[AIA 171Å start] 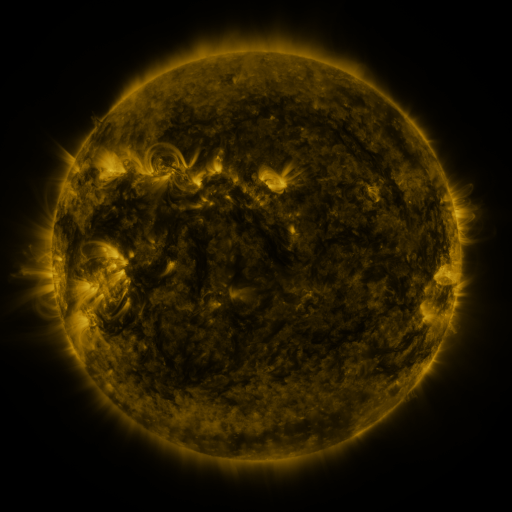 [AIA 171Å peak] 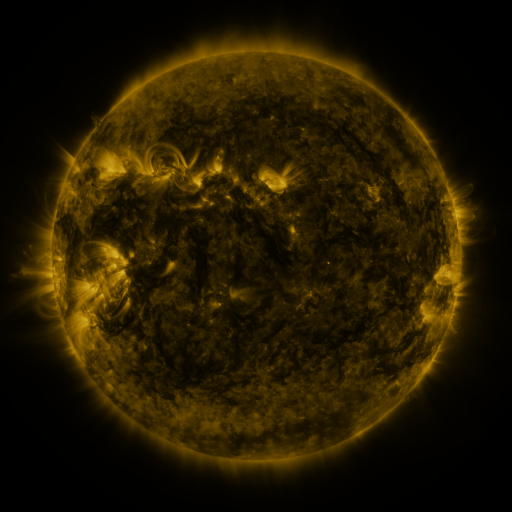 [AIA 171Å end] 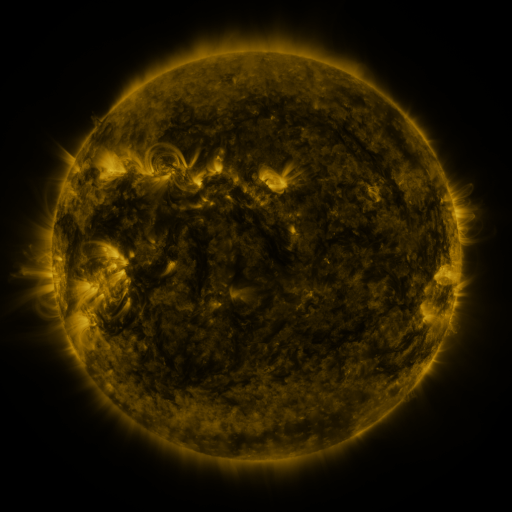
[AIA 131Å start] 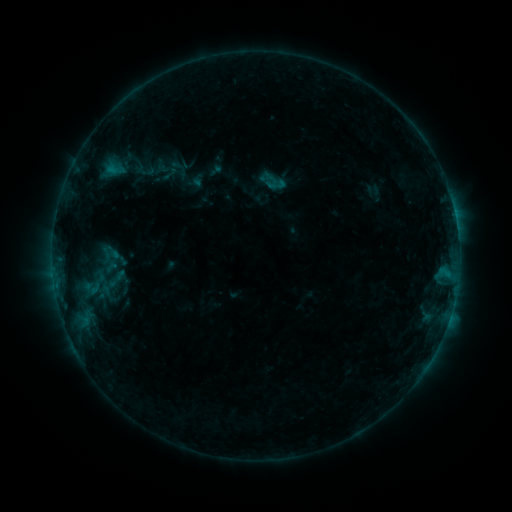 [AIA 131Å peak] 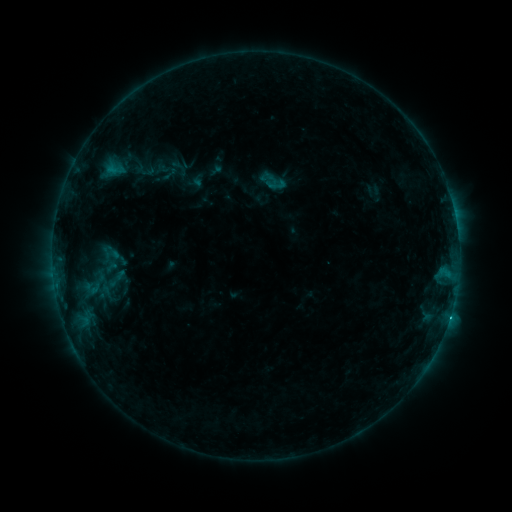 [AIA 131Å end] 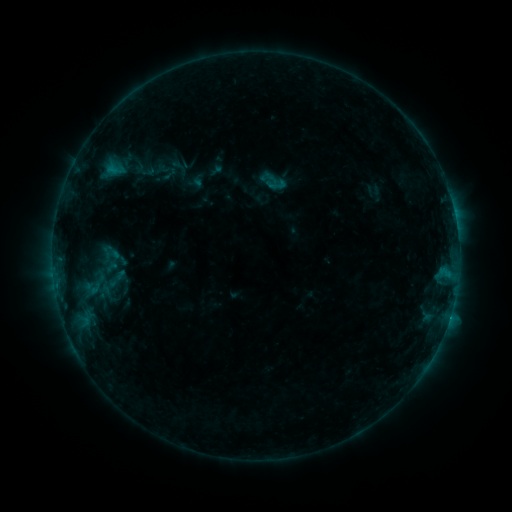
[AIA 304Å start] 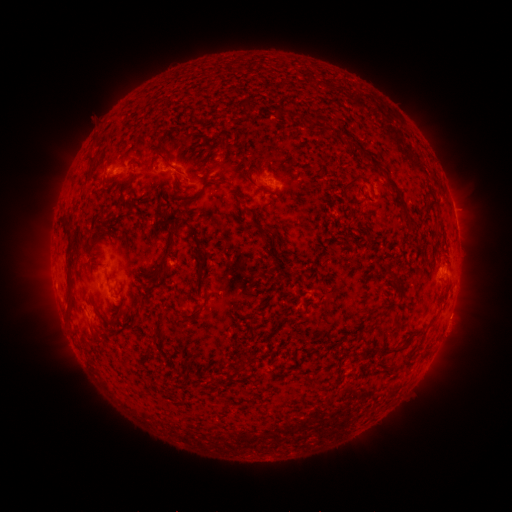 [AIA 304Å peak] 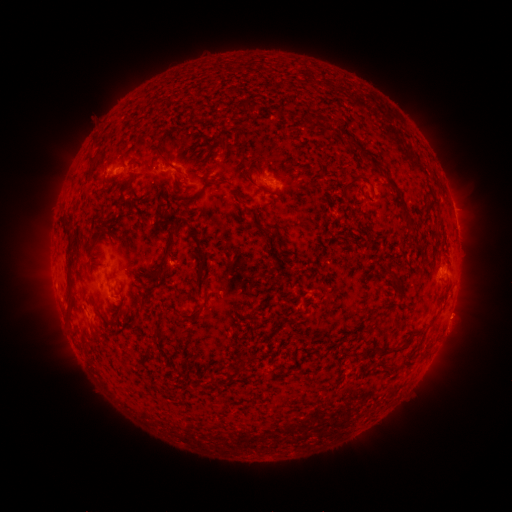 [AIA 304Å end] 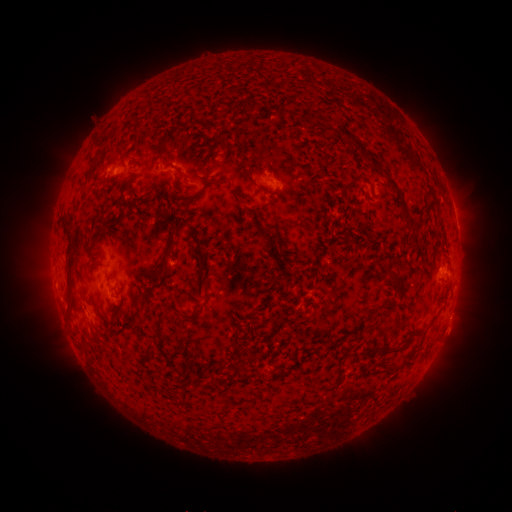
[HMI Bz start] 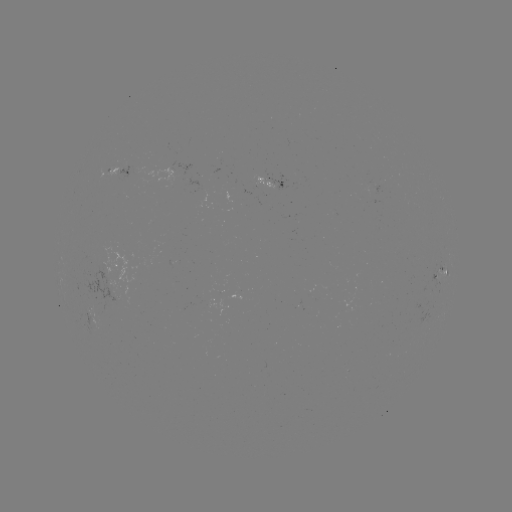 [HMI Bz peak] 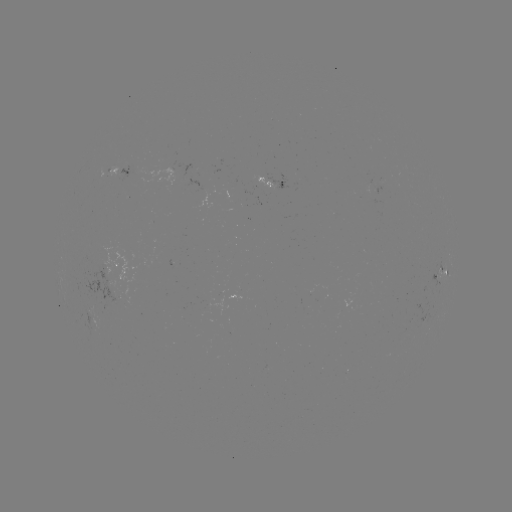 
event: flare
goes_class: B8.8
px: (450, 314)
